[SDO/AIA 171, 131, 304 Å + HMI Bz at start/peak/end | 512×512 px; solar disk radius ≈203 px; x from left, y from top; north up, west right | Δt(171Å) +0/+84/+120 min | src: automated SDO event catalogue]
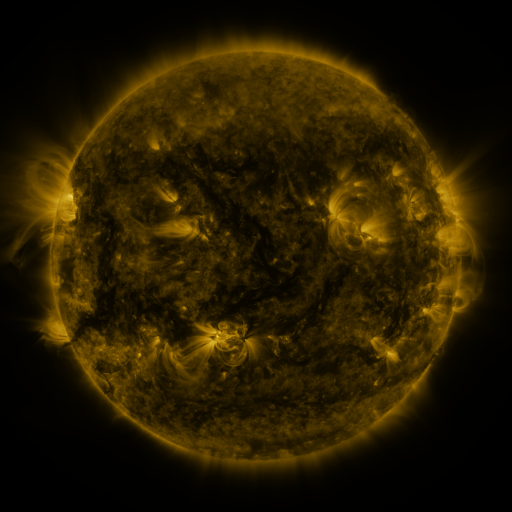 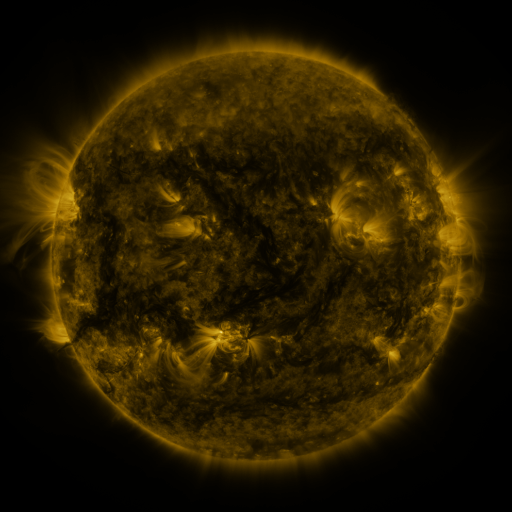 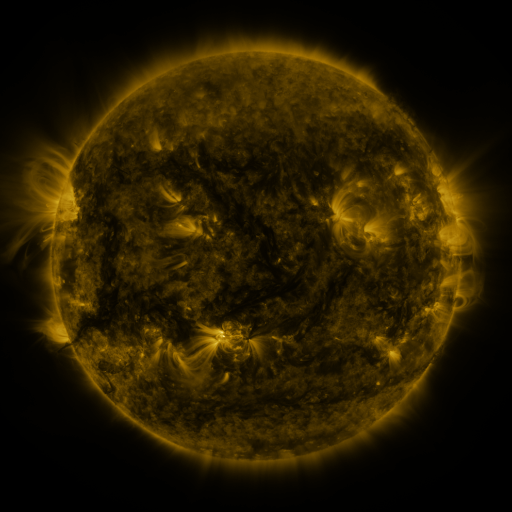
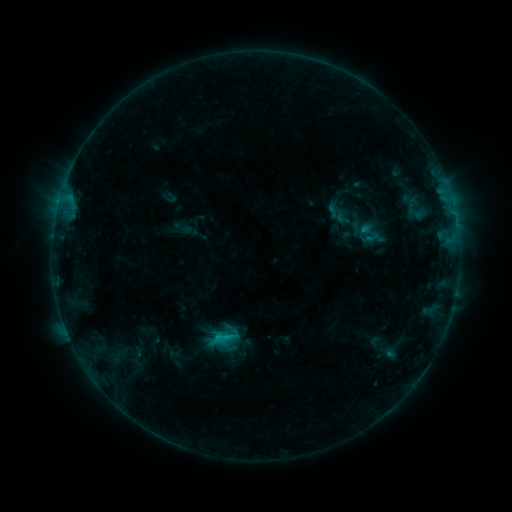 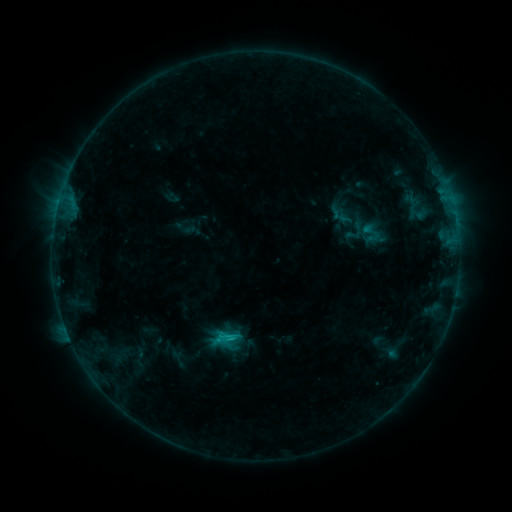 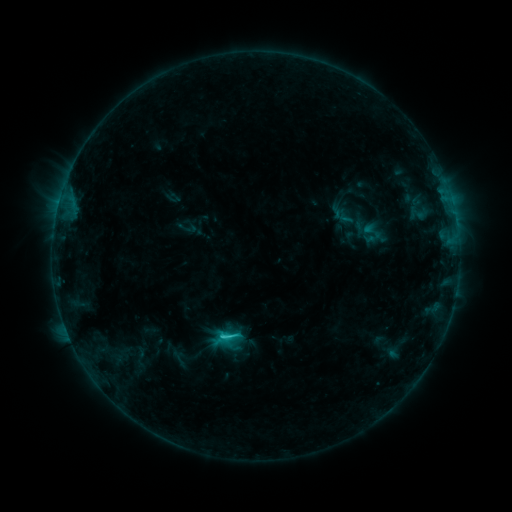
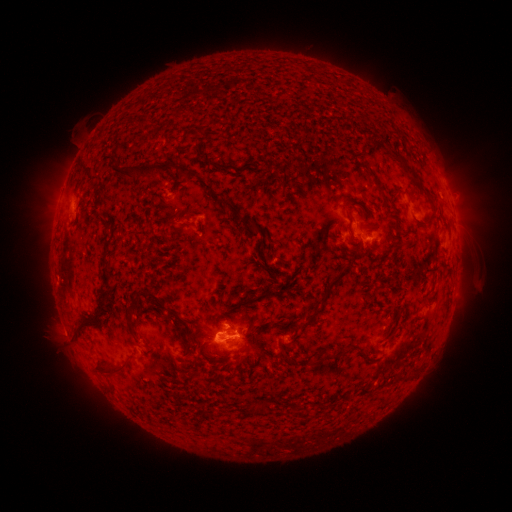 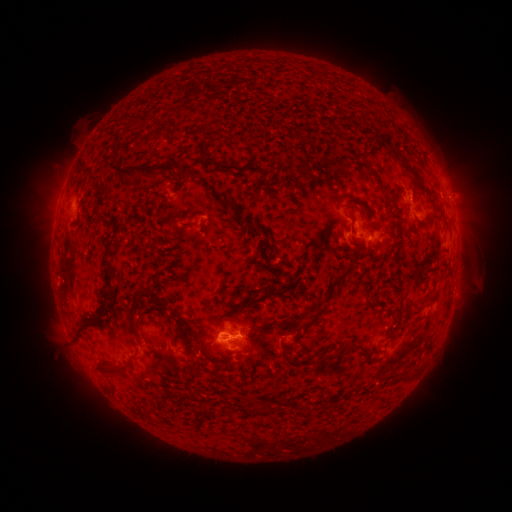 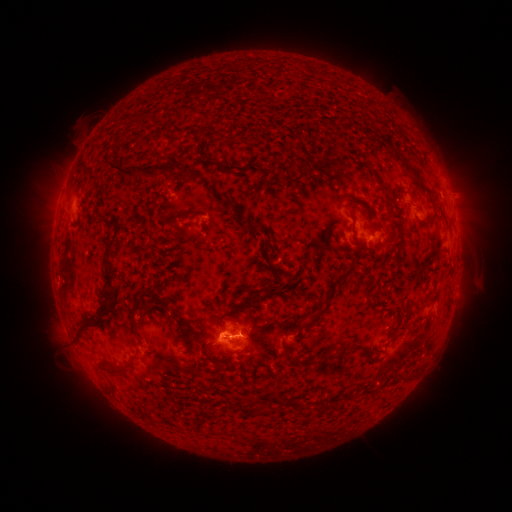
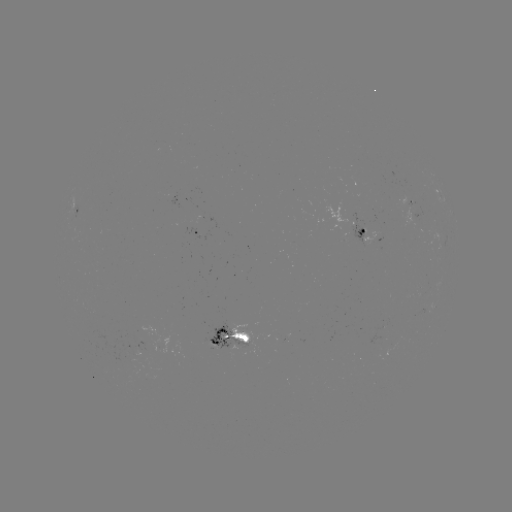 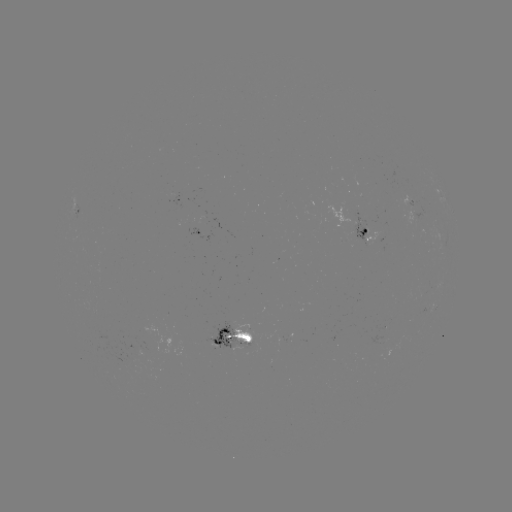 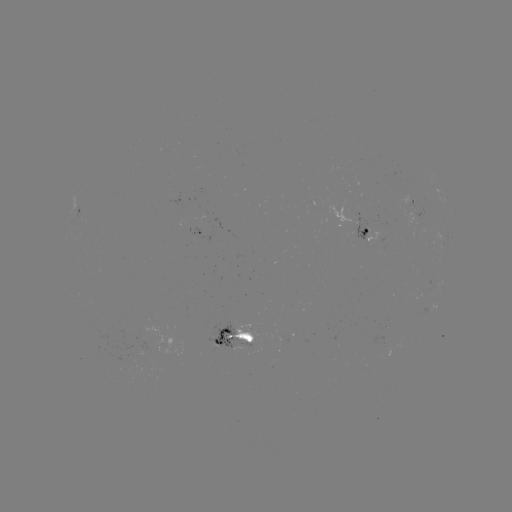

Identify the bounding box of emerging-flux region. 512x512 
[341, 212, 368, 244].